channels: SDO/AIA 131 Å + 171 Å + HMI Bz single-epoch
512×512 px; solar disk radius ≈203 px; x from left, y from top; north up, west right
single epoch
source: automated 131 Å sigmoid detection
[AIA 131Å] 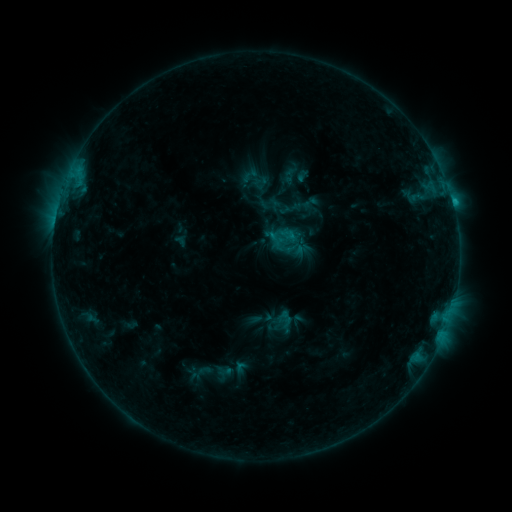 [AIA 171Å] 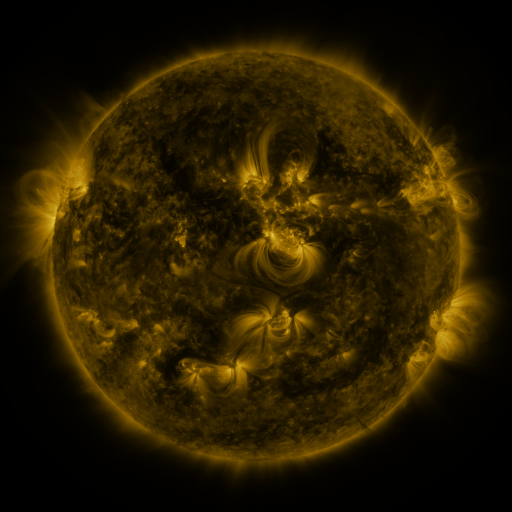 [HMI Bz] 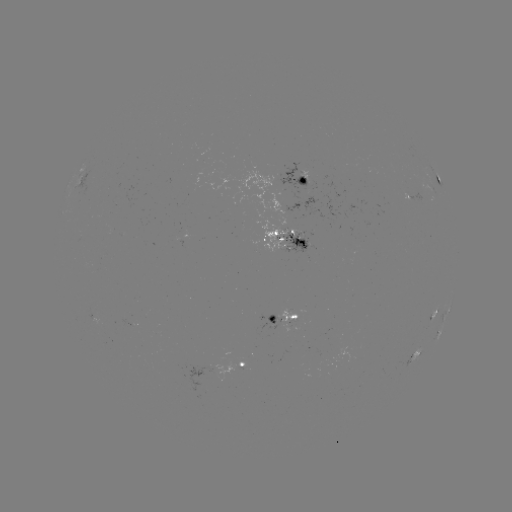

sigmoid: (283, 238, 306, 259)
